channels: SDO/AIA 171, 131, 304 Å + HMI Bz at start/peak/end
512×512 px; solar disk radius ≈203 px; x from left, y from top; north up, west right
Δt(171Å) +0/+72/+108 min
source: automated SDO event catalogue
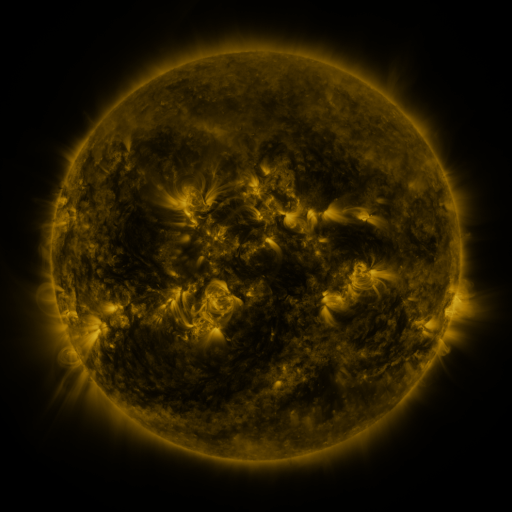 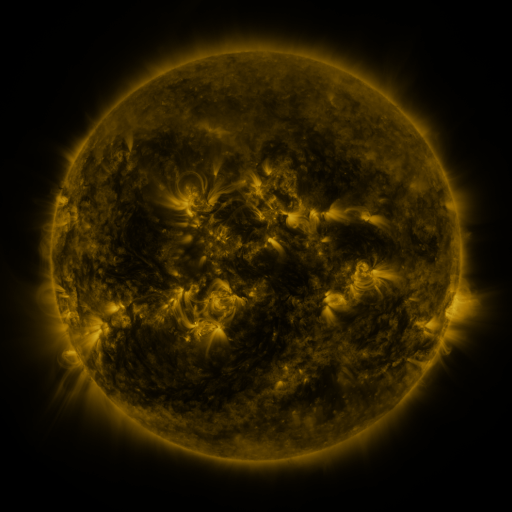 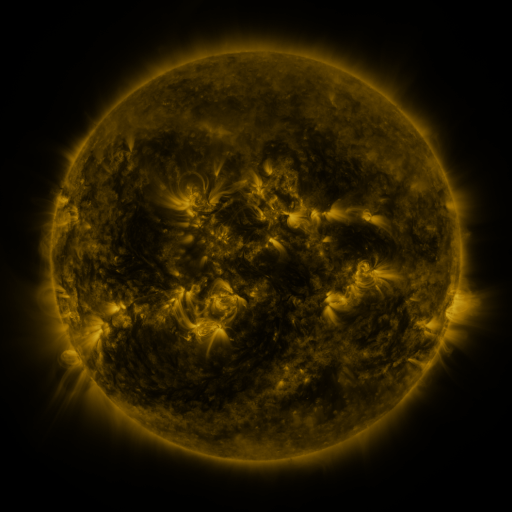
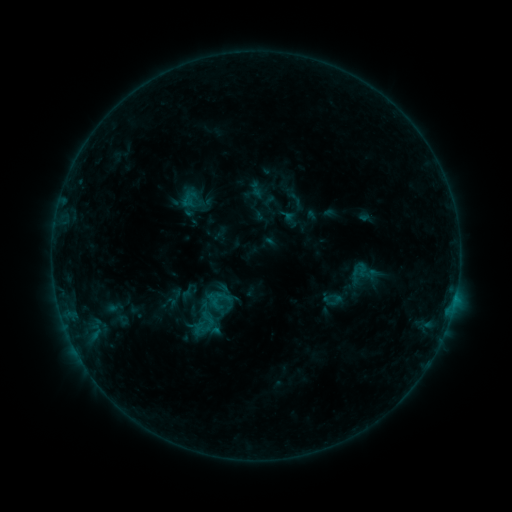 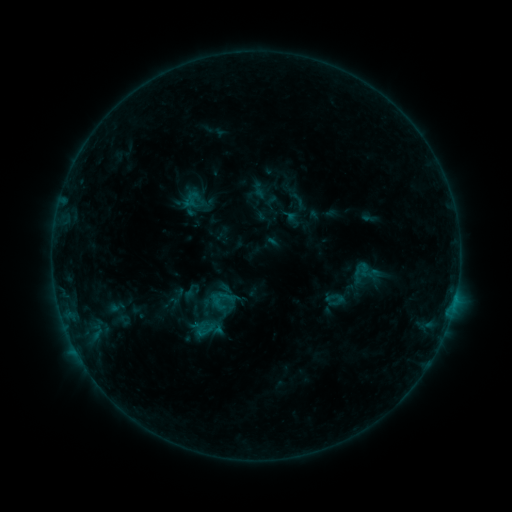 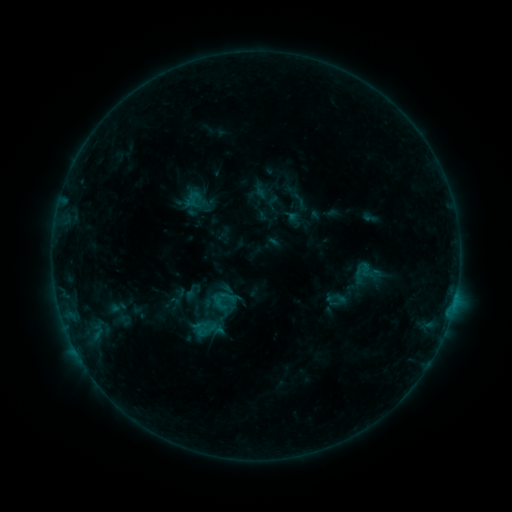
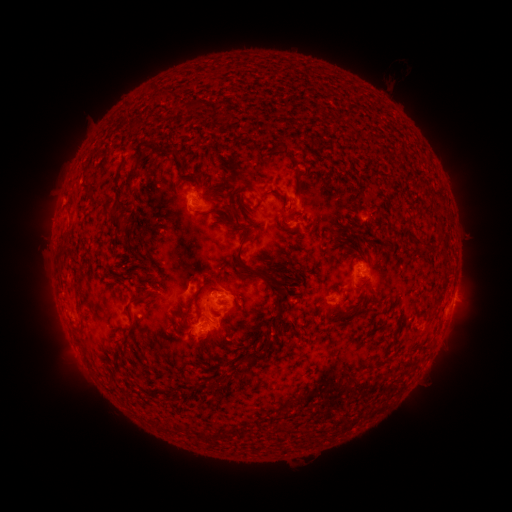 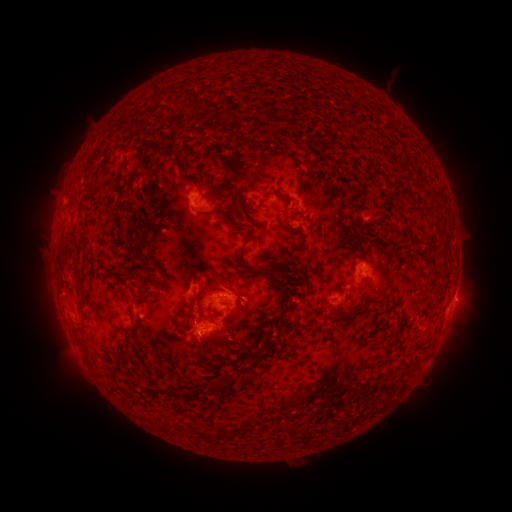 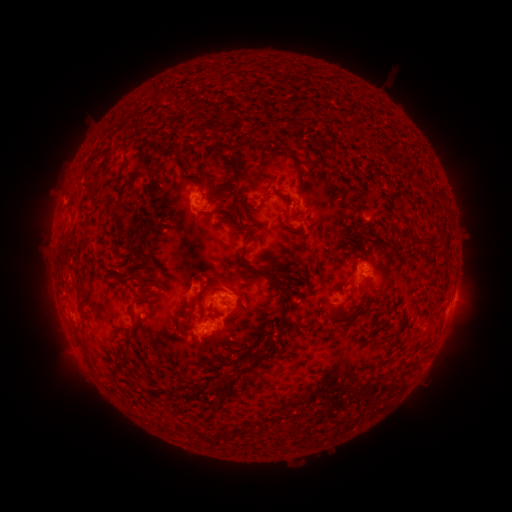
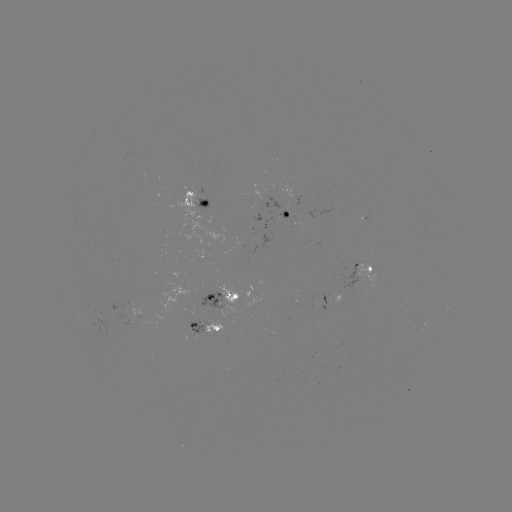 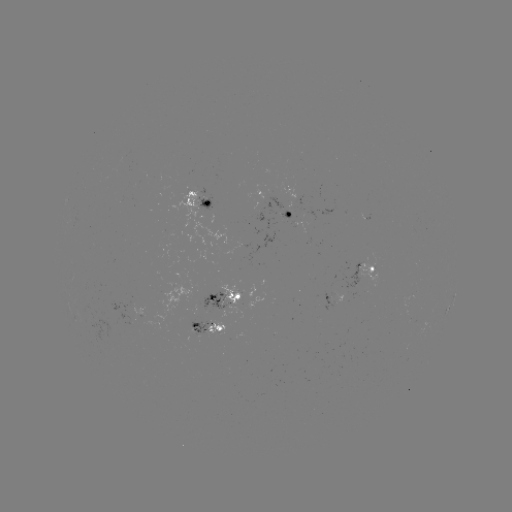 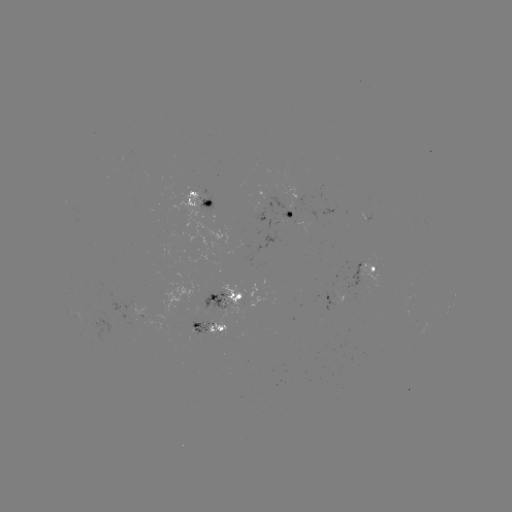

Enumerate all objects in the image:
emerging-flux region: (218, 301)
